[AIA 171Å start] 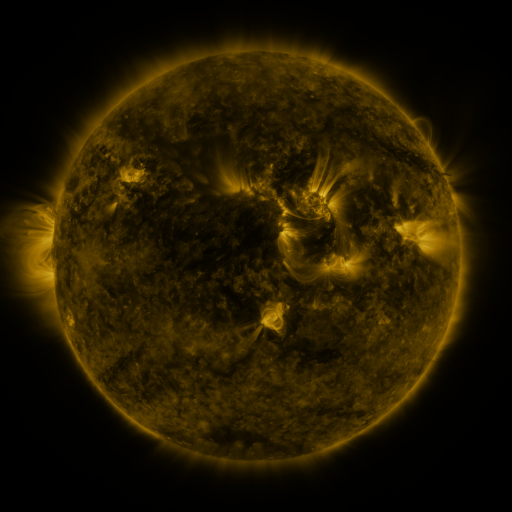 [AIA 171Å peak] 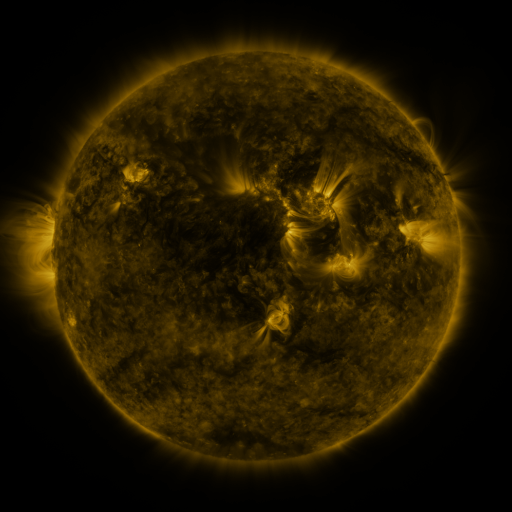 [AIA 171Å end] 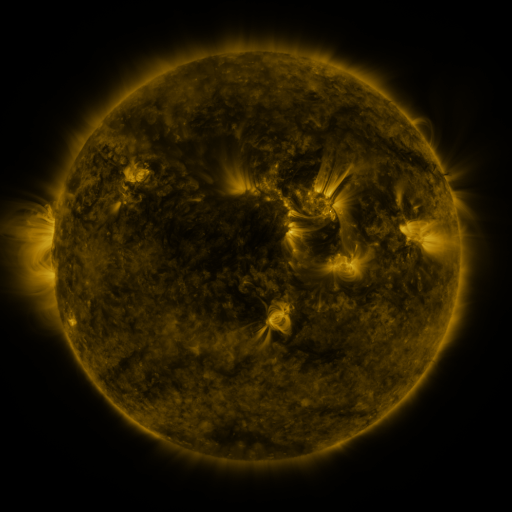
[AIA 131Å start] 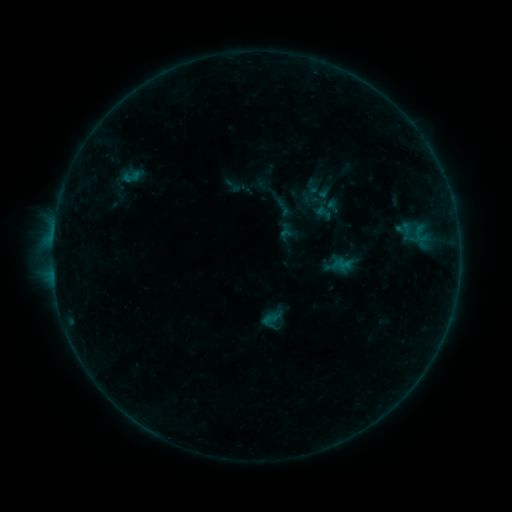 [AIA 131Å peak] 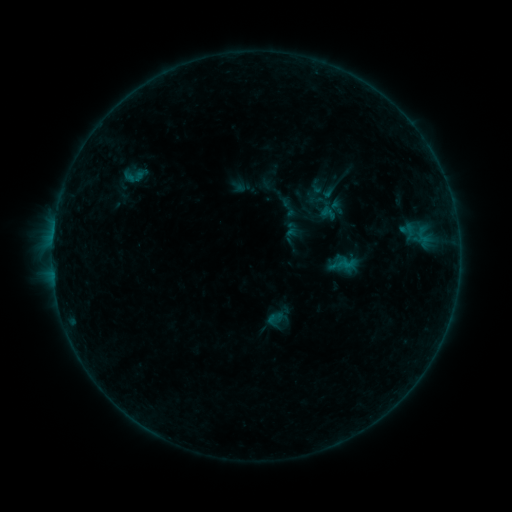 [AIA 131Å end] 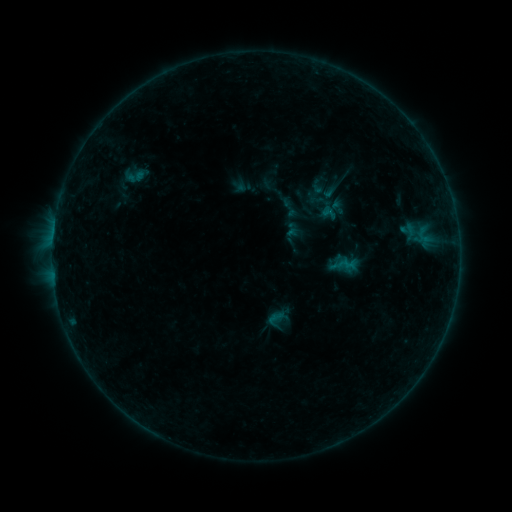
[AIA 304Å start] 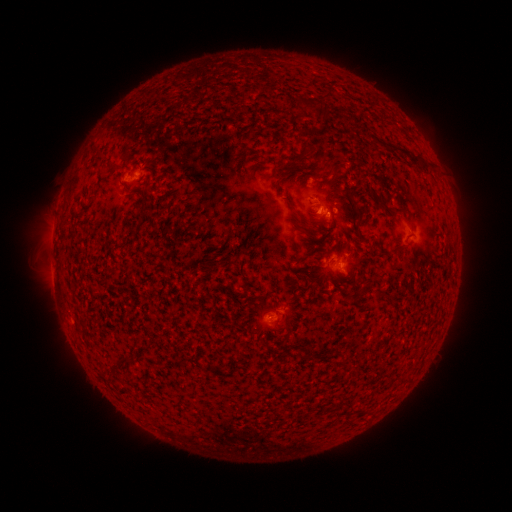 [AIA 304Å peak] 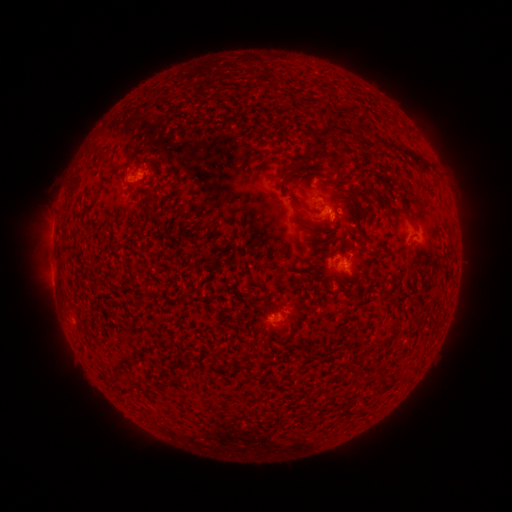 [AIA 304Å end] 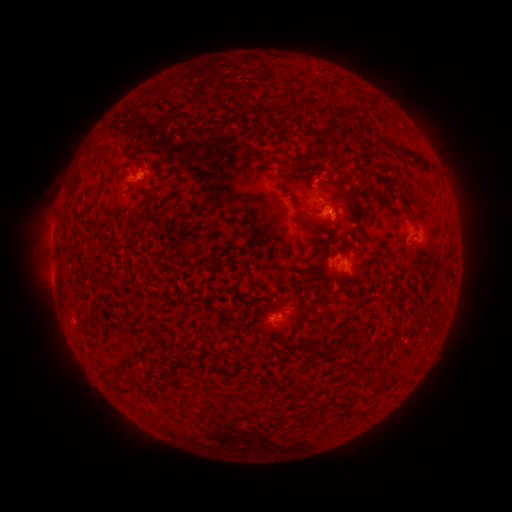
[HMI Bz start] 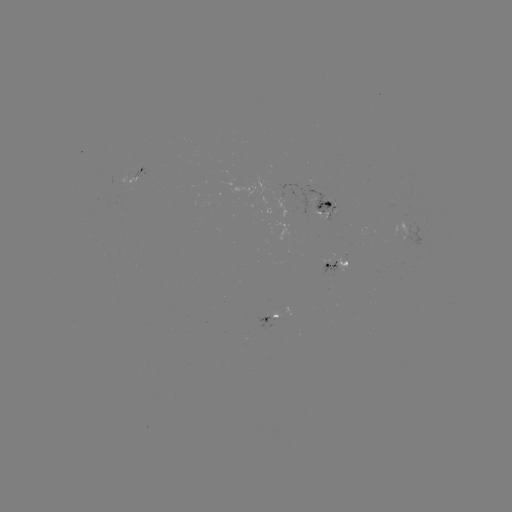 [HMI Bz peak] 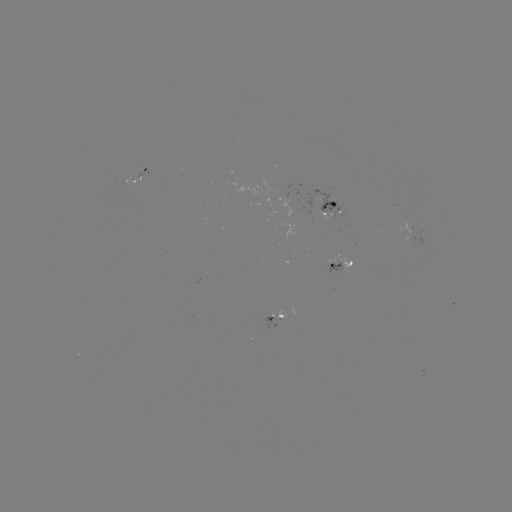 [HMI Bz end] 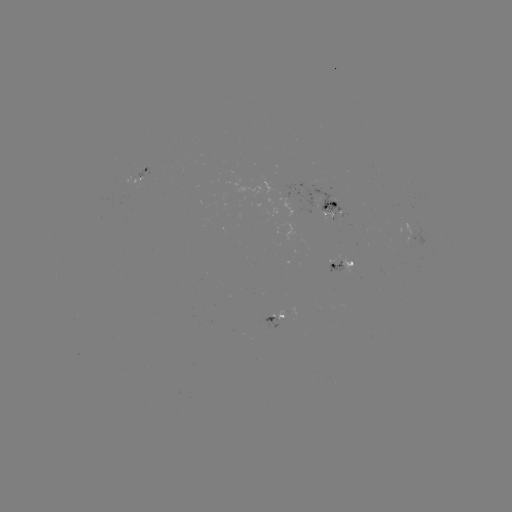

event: emerging-flux region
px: (284, 313)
